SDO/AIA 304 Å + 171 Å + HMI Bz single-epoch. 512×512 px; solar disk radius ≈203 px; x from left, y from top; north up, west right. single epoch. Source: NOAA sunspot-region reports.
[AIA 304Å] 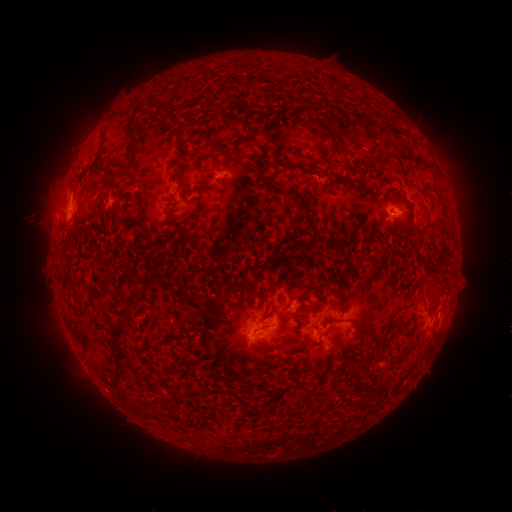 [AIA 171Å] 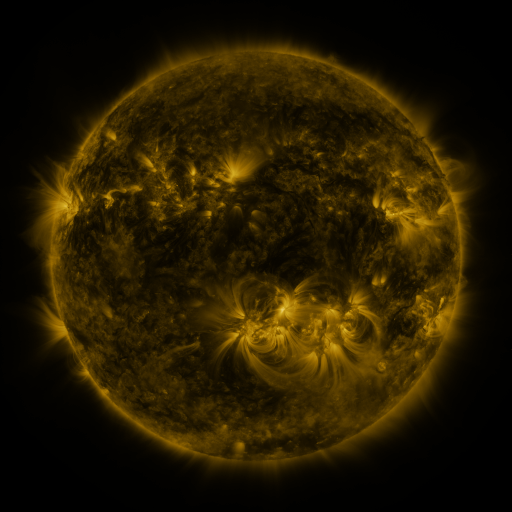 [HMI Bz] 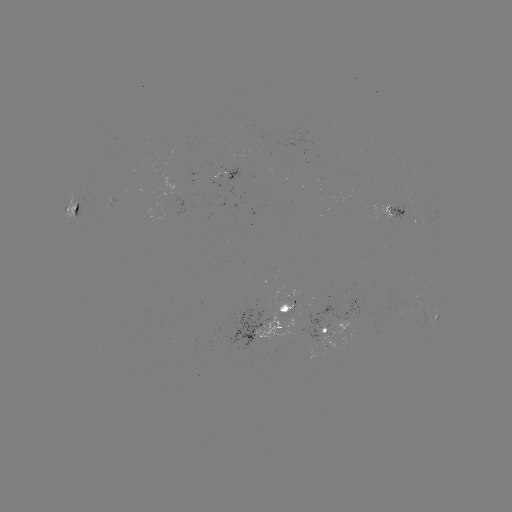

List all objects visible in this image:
spotted active region: (225, 175)
spotted active region: (75, 208)
spotted active region: (390, 212)
spotted active region: (436, 314)
spotted active region: (269, 321)
spotted active region: (332, 325)
